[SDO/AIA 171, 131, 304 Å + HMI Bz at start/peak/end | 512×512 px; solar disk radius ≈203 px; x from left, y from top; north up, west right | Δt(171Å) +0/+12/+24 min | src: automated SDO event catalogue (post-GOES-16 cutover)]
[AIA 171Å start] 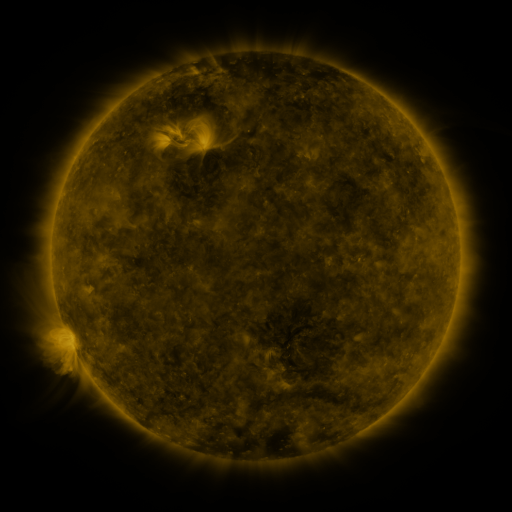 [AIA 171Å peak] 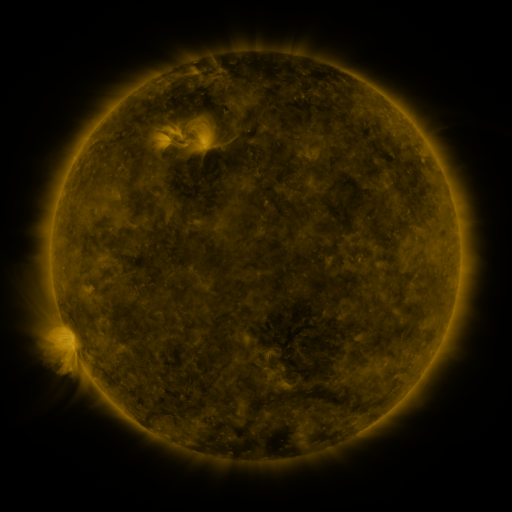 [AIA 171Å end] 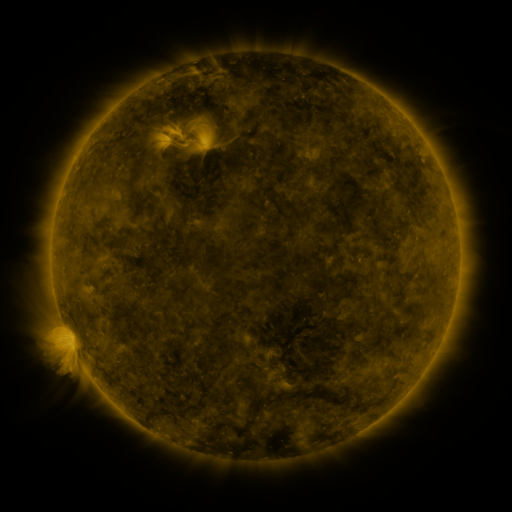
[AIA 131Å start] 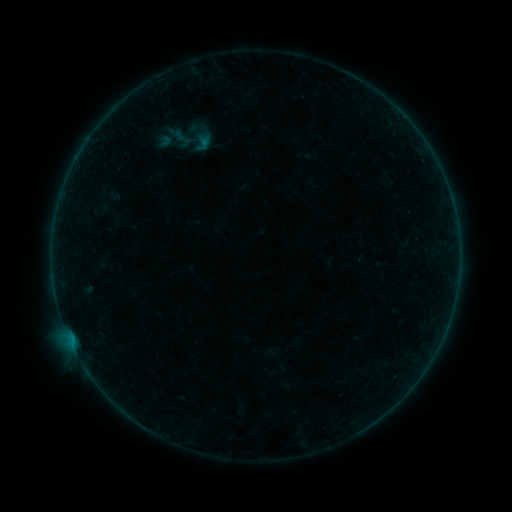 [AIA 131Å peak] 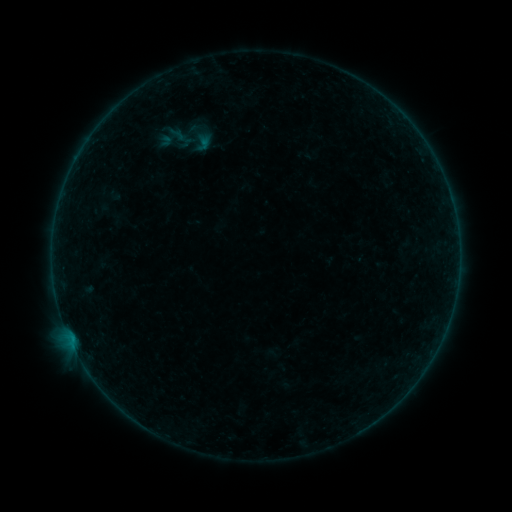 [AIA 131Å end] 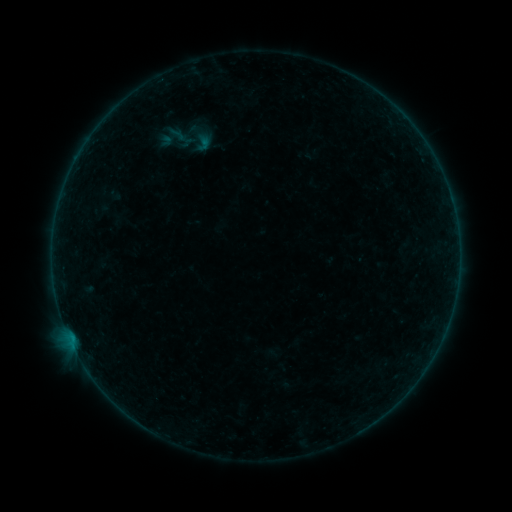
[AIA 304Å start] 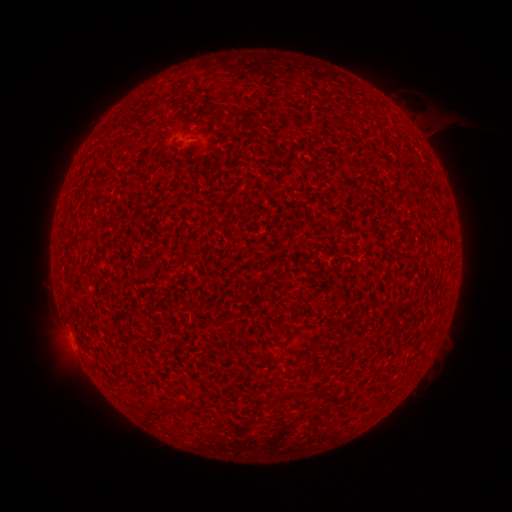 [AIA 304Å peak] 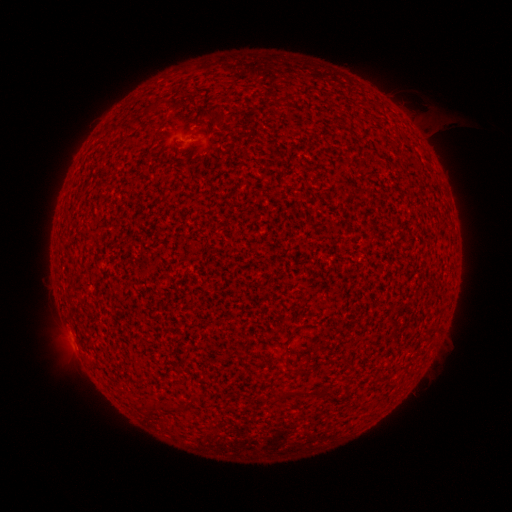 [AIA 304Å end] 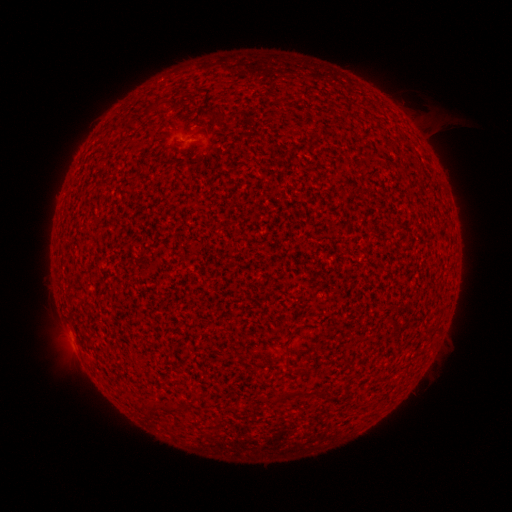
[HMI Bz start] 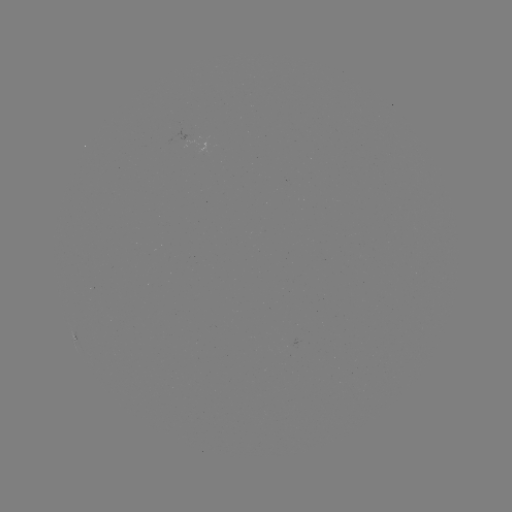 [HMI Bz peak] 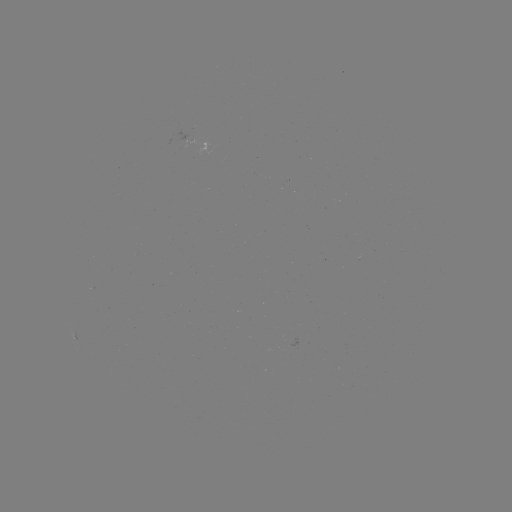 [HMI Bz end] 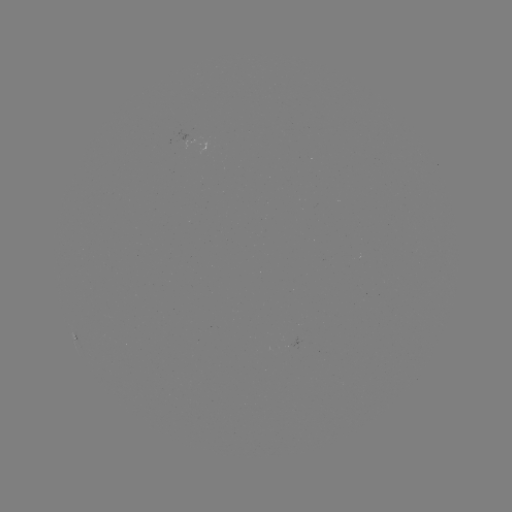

no catalogued flare and no flagged EUV brightening in this window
